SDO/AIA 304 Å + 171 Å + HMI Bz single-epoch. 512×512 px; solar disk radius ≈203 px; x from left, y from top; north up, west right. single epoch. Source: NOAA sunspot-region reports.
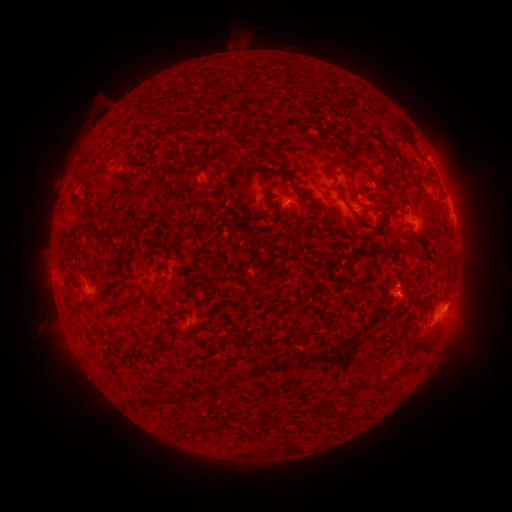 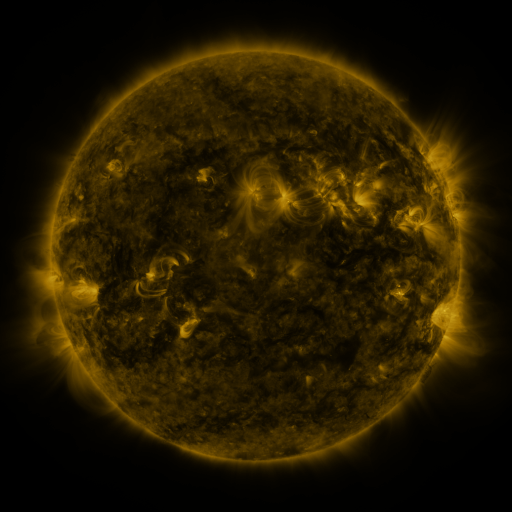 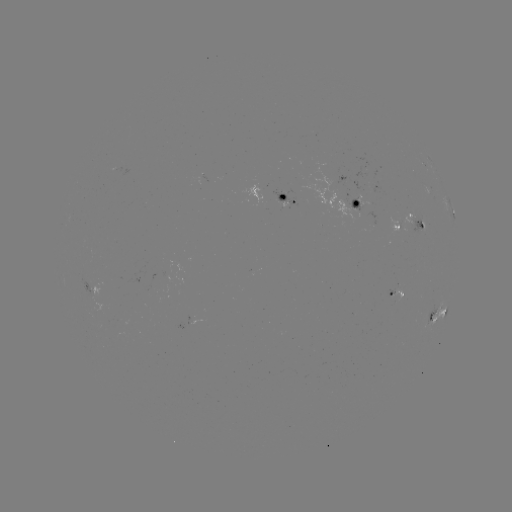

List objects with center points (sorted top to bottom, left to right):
spotted active region: (431, 192)
spotted active region: (287, 196)
spotted active region: (353, 202)
spotted active region: (450, 208)
spotted active region: (409, 221)
spotted active region: (95, 287)
spotted active region: (395, 291)
spotted active region: (438, 314)
